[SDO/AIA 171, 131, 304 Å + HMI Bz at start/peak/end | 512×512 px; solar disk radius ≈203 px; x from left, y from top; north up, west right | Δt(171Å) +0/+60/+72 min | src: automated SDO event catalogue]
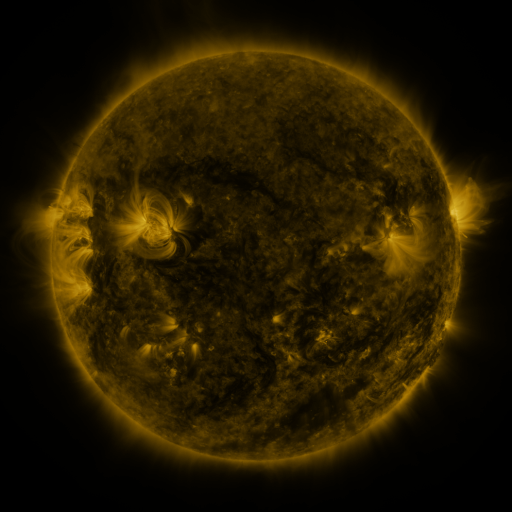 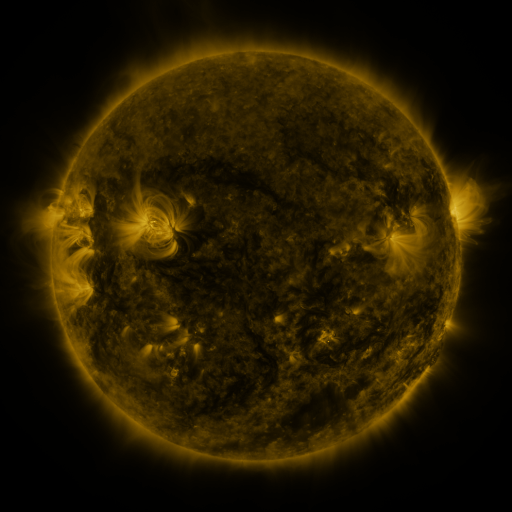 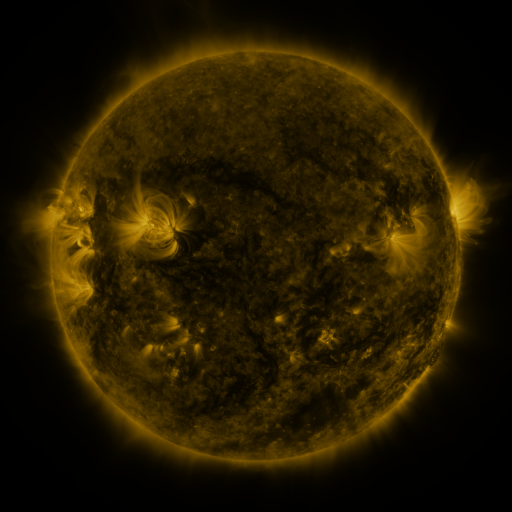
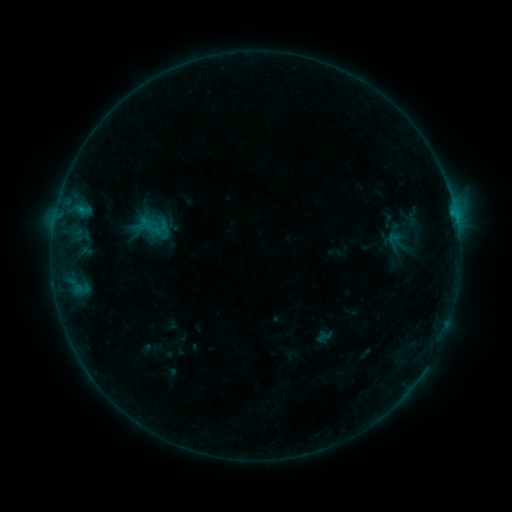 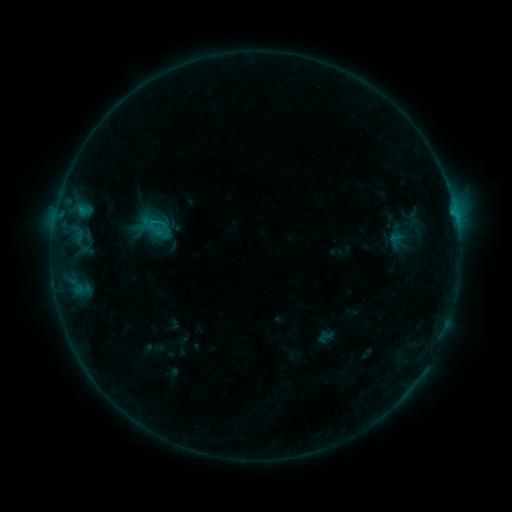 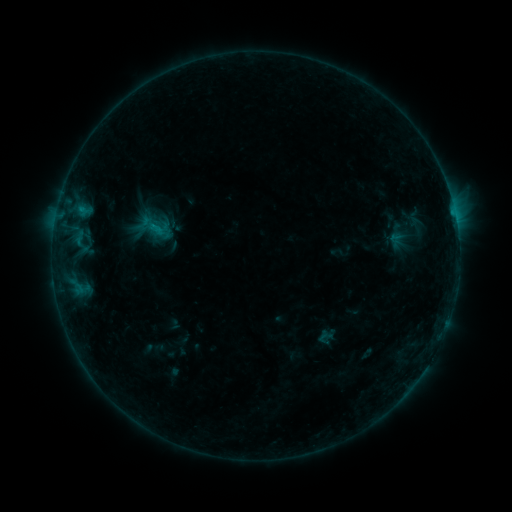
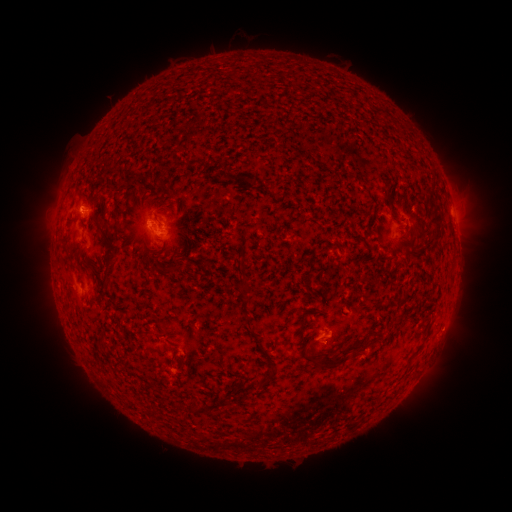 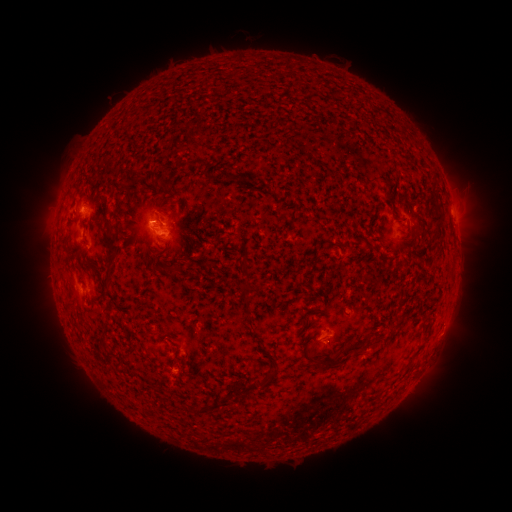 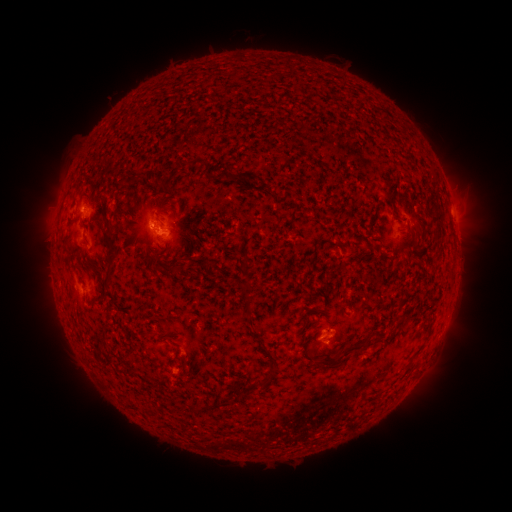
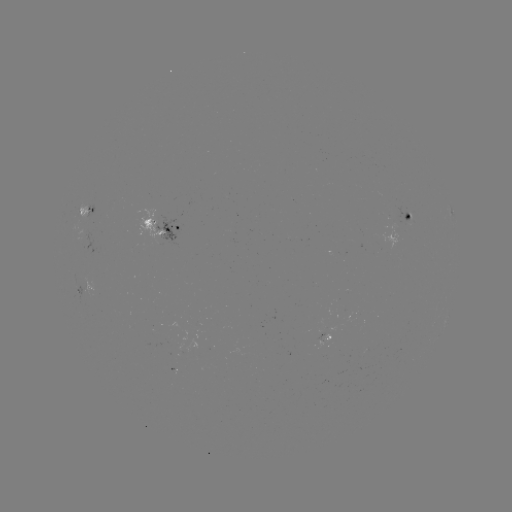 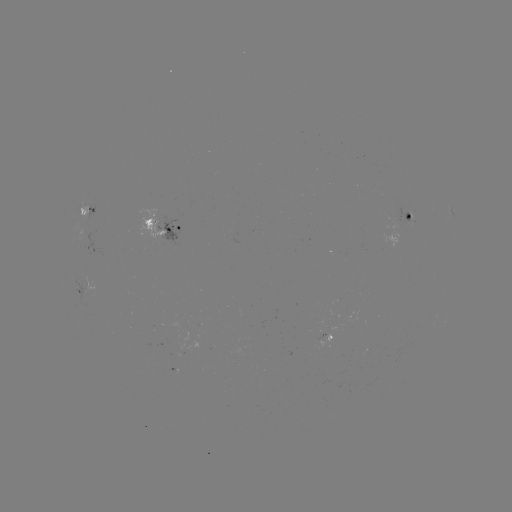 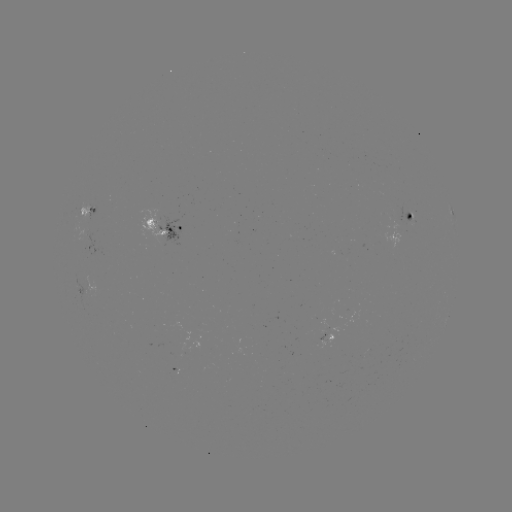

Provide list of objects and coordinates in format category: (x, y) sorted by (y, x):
emerging-flux region: (157, 347)
